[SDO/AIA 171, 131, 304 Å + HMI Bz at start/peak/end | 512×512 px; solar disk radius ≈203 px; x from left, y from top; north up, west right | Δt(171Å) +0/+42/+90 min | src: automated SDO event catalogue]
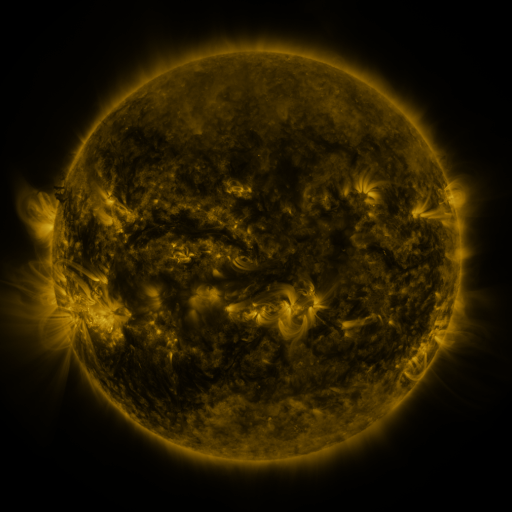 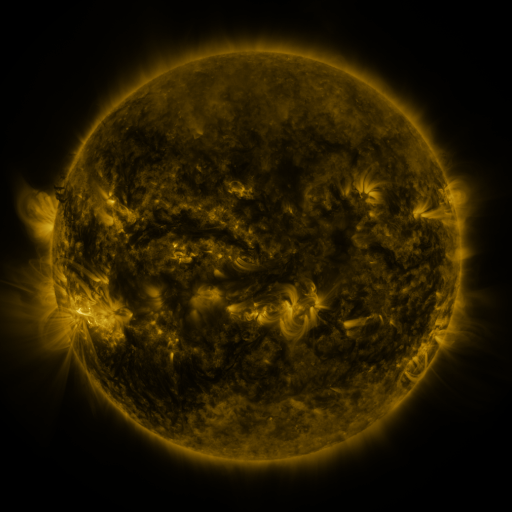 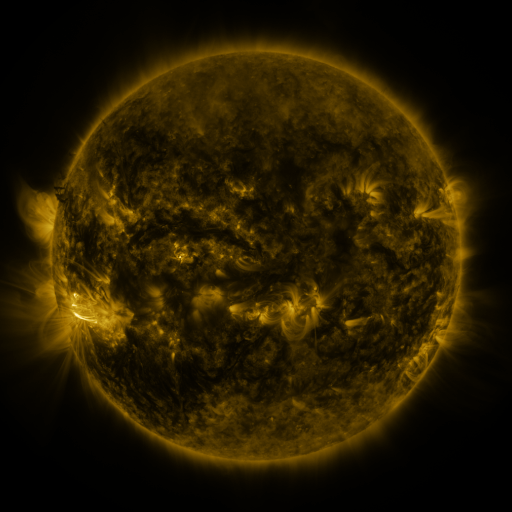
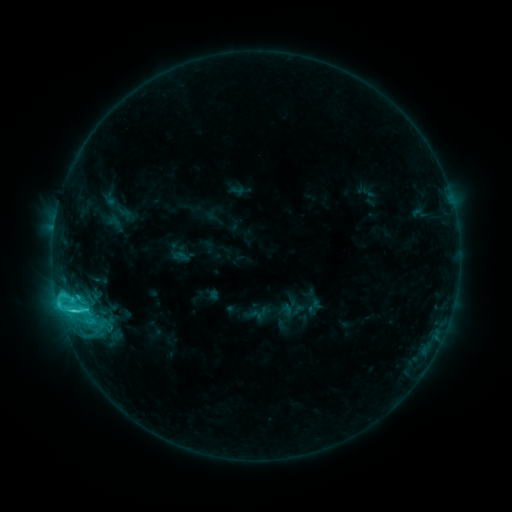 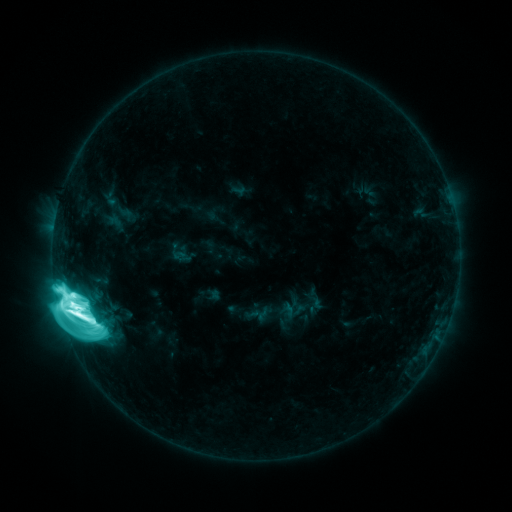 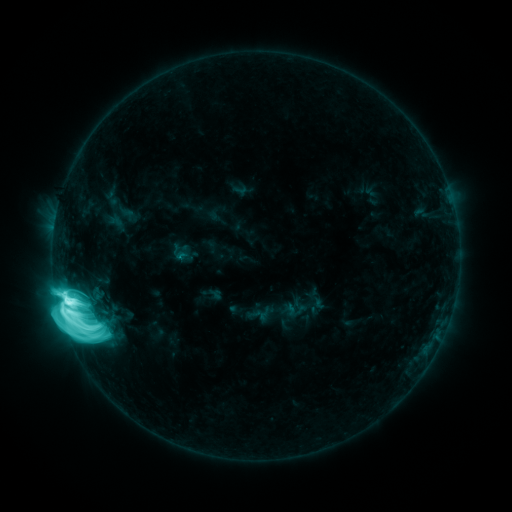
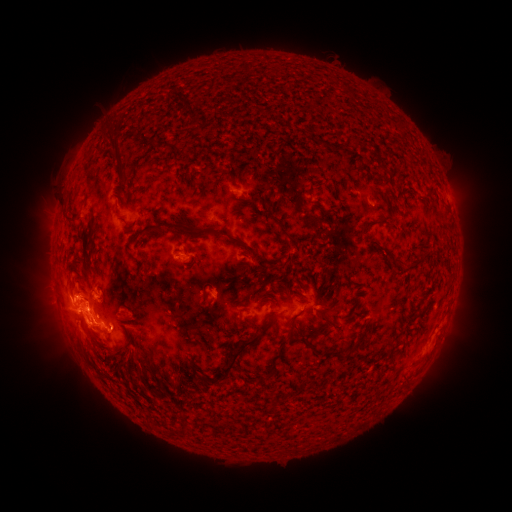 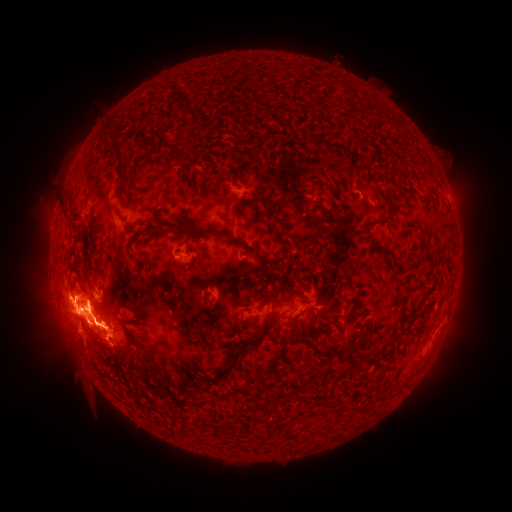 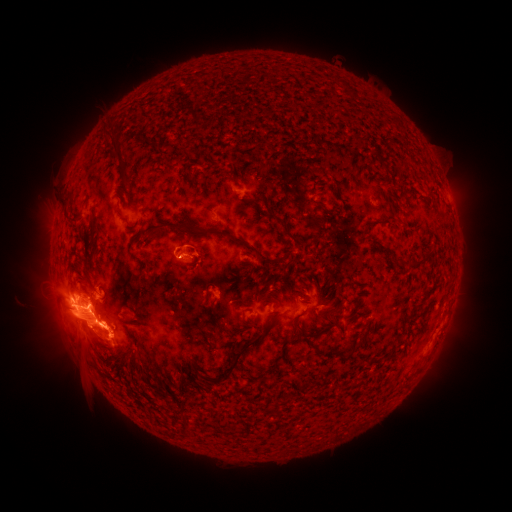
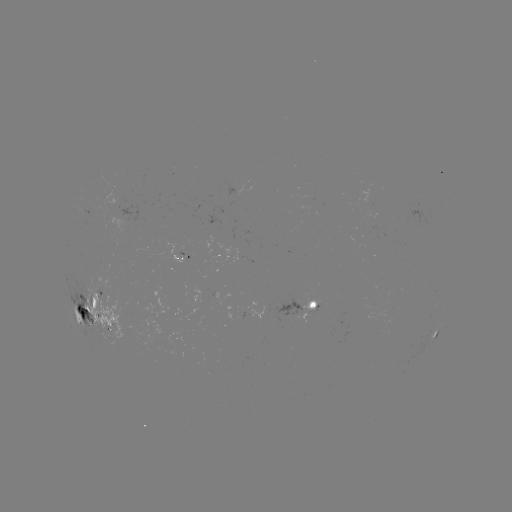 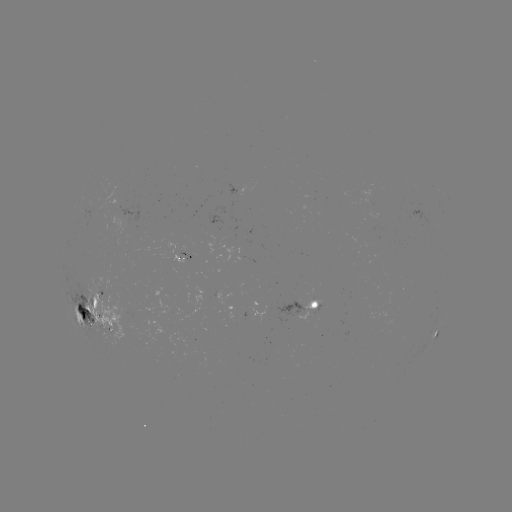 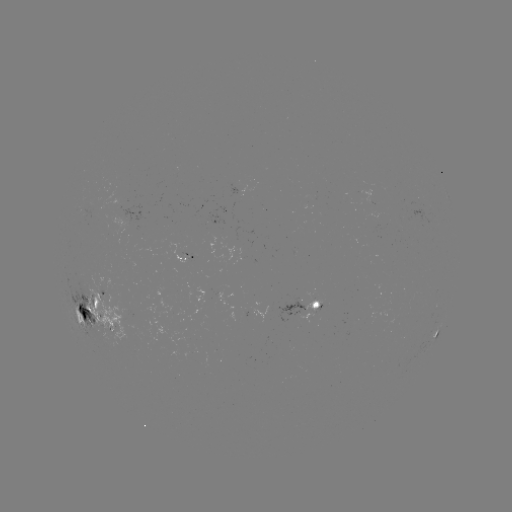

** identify X1.1 flare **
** (78, 313) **